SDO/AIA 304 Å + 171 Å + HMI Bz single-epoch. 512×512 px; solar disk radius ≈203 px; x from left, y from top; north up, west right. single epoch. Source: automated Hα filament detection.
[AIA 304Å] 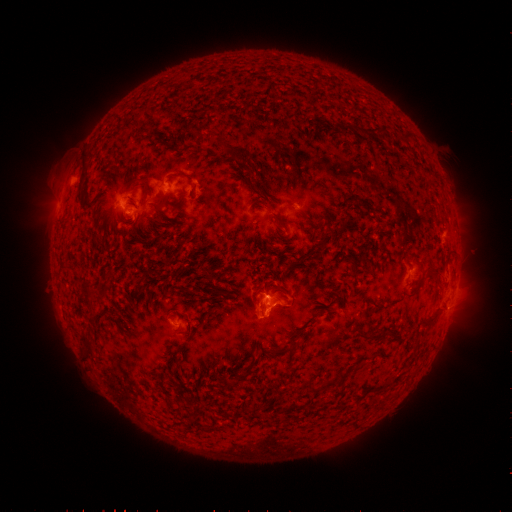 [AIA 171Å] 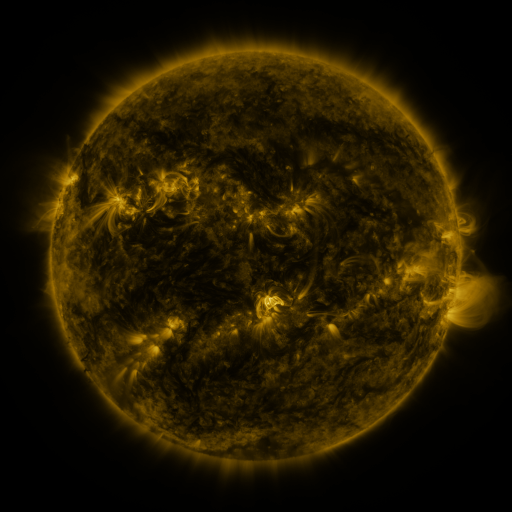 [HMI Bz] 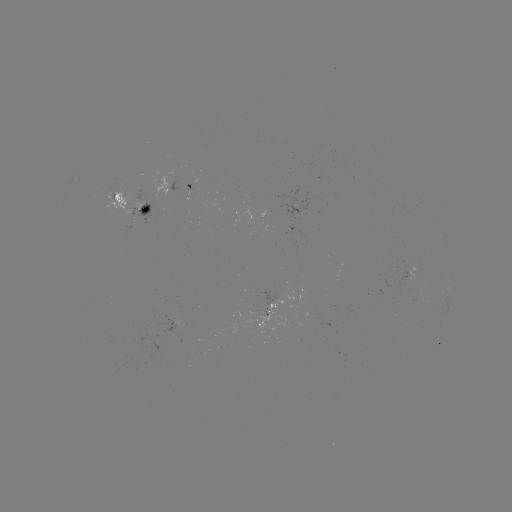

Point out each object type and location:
filament: <bbox>342, 124, 351, 135</bbox>
filament: <bbox>402, 133, 412, 143</bbox>
filament: <bbox>215, 136, 231, 153</bbox>
filament: <bbox>80, 155, 88, 178</bbox>
filament: <bbox>257, 187, 270, 199</bbox>
filament: <bbox>152, 210, 162, 218</bbox>
filament: <bbox>269, 211, 286, 230</bbox>
filament: <bbox>425, 267, 436, 275</bbox>
filament: <bbox>413, 281, 423, 293</bbox>
filament: <bbox>83, 287, 95, 294</bbox>
filament: <bbox>421, 316, 436, 328</bbox>
filament: <bbox>78, 332, 92, 357</bbox>
filament: <bbox>365, 334, 381, 341</bbox>
filament: <bbox>242, 352, 255, 376</bbox>
filament: <bbox>337, 371, 346, 379</bbox>
filament: <bbox>305, 378, 338, 393</bbox>
